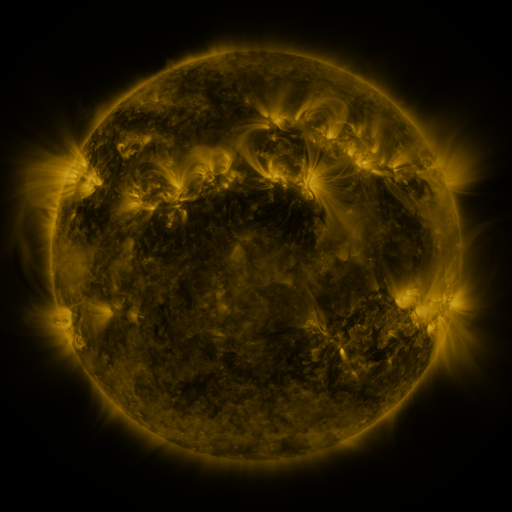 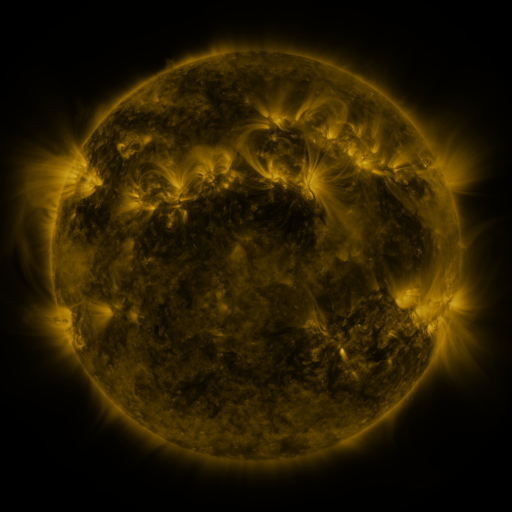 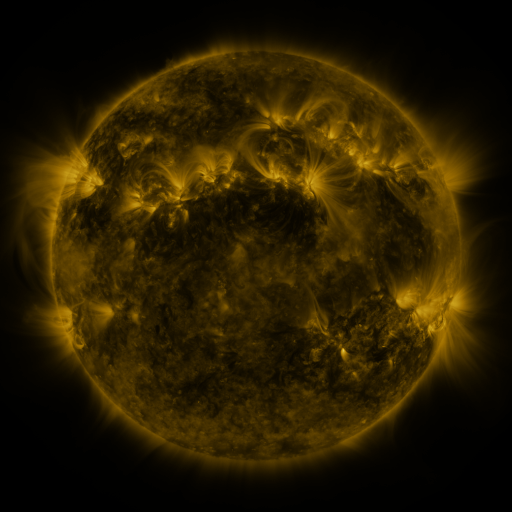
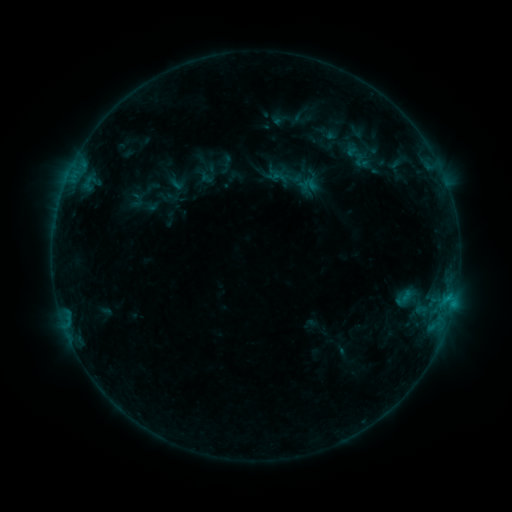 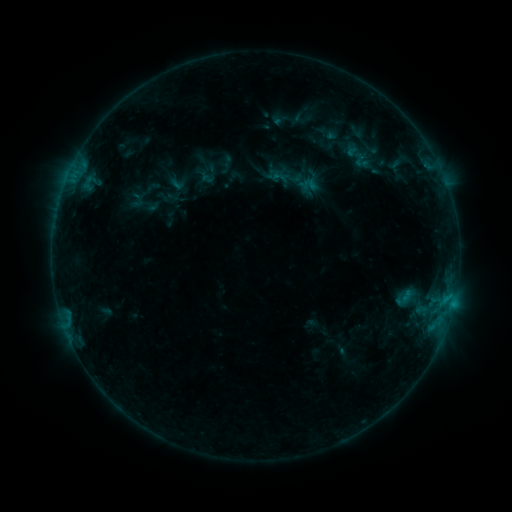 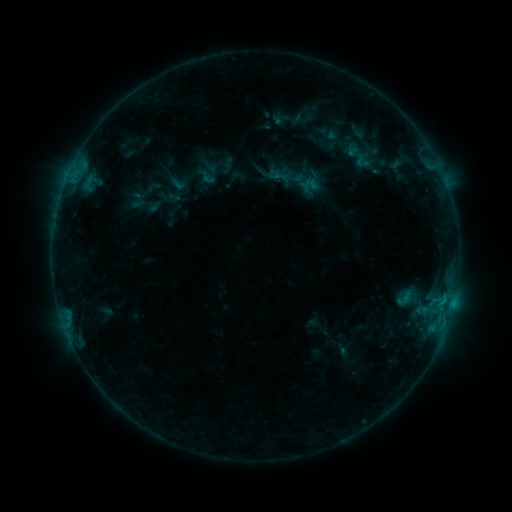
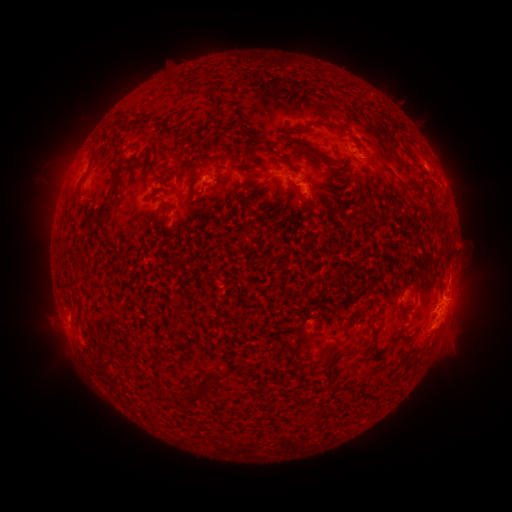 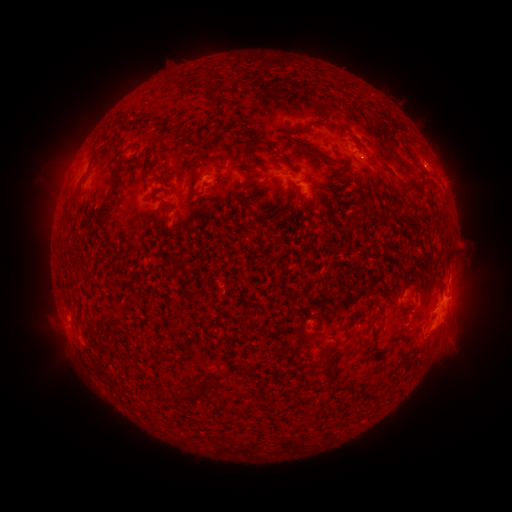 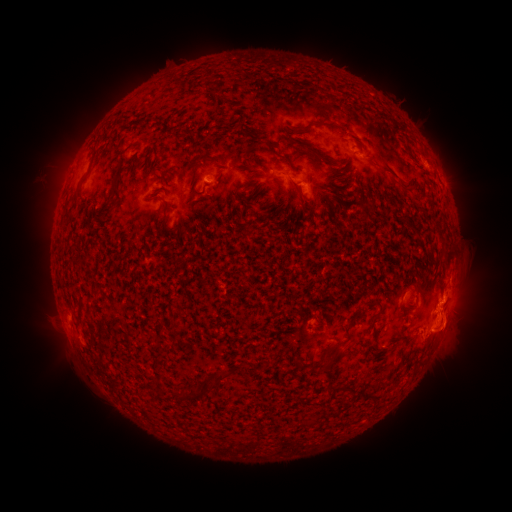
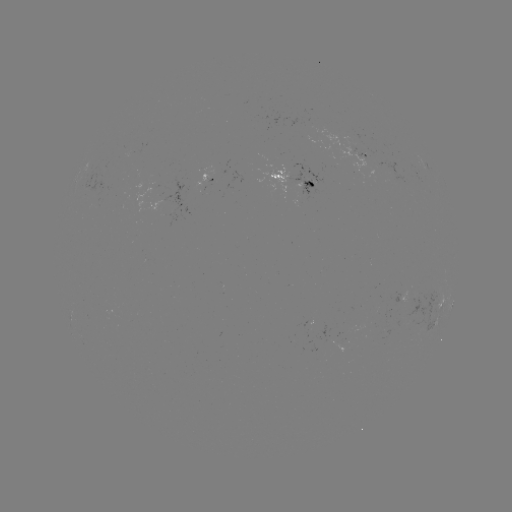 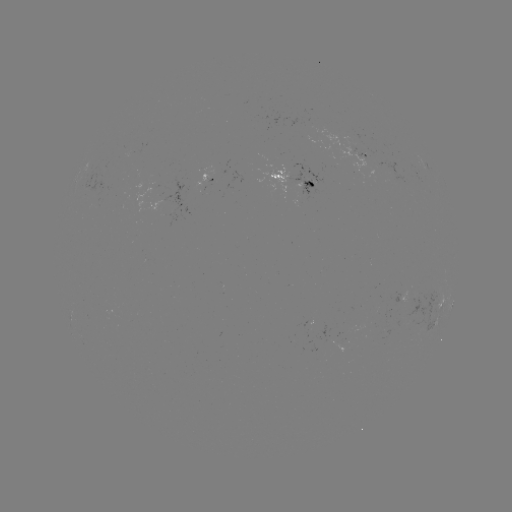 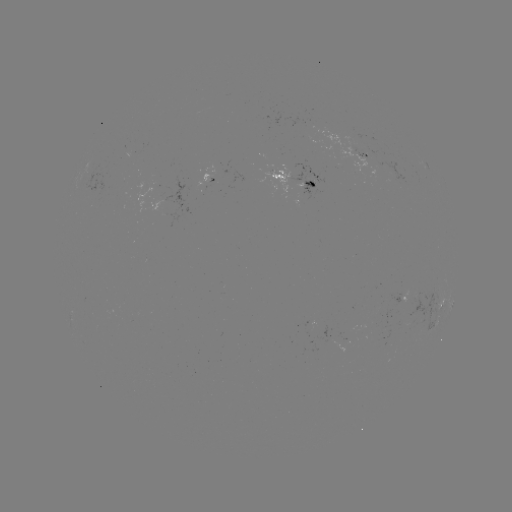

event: emerging-flux region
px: (164, 190)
